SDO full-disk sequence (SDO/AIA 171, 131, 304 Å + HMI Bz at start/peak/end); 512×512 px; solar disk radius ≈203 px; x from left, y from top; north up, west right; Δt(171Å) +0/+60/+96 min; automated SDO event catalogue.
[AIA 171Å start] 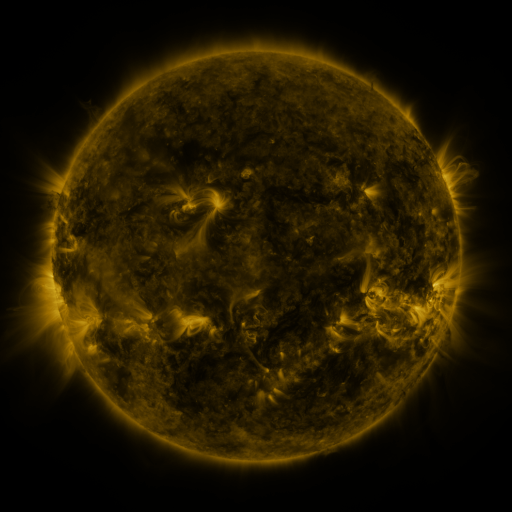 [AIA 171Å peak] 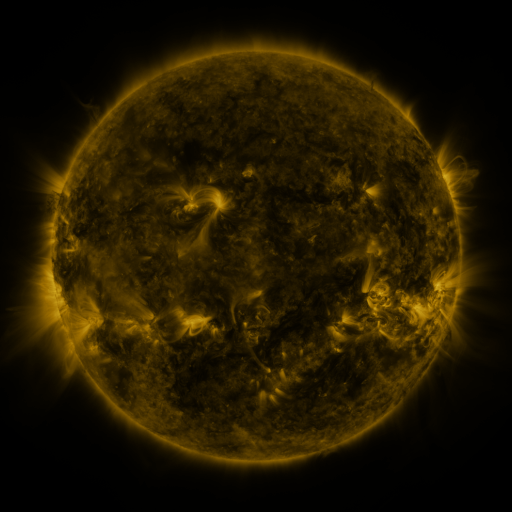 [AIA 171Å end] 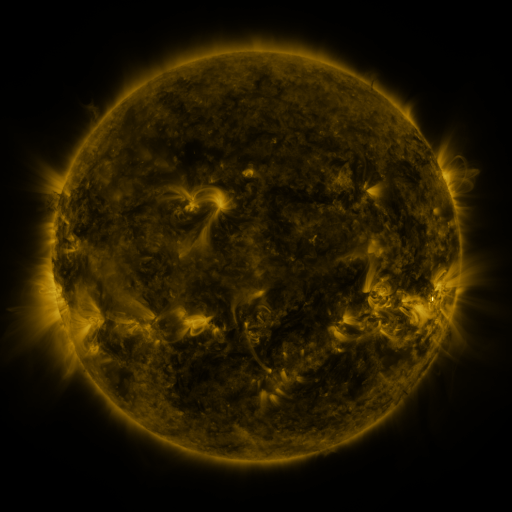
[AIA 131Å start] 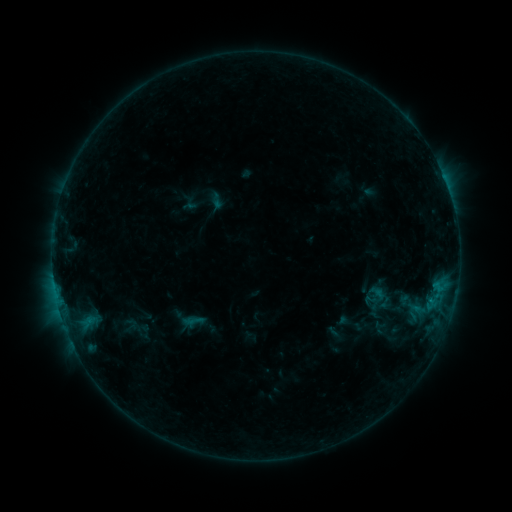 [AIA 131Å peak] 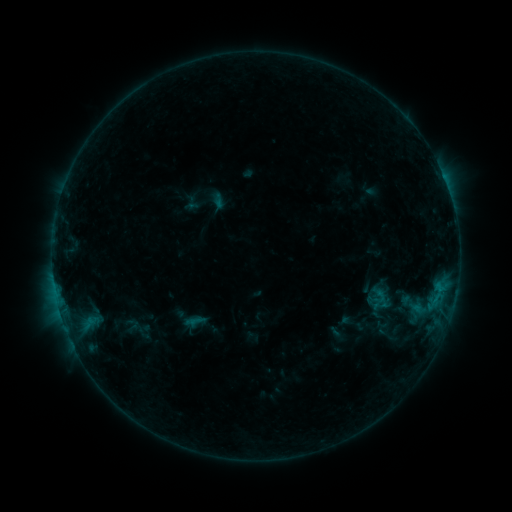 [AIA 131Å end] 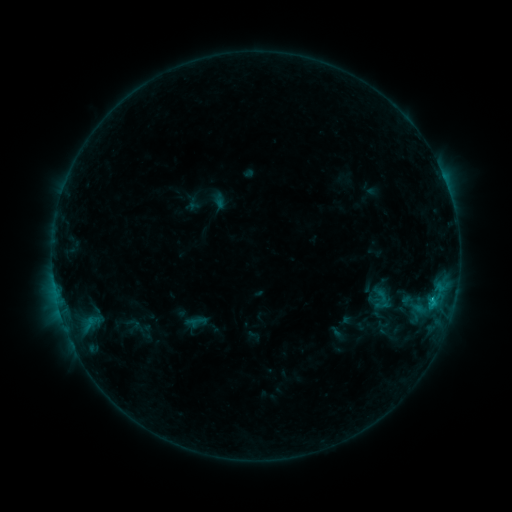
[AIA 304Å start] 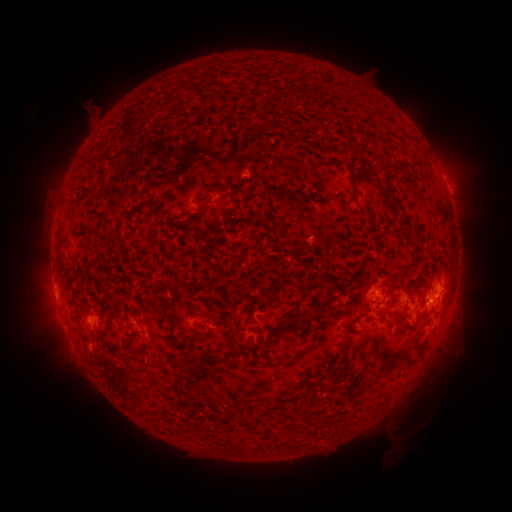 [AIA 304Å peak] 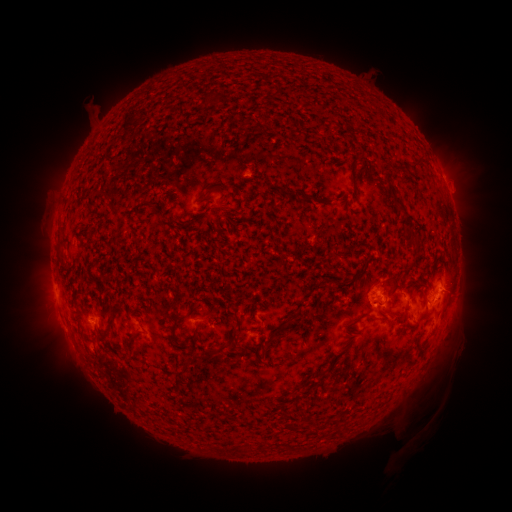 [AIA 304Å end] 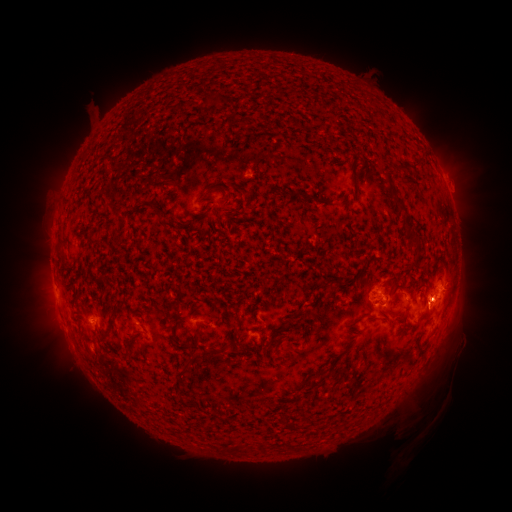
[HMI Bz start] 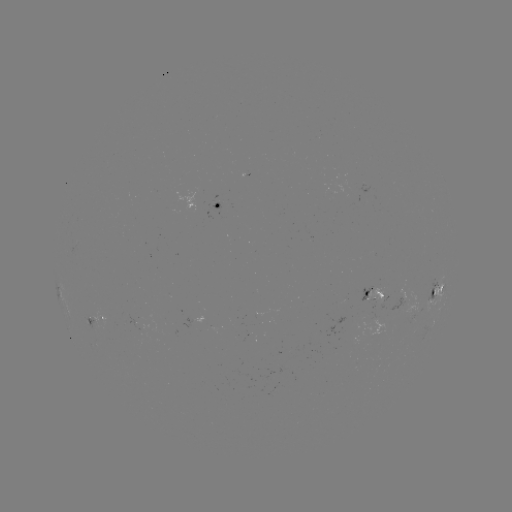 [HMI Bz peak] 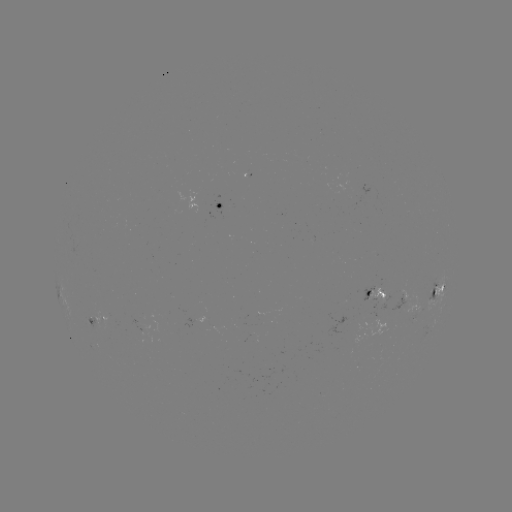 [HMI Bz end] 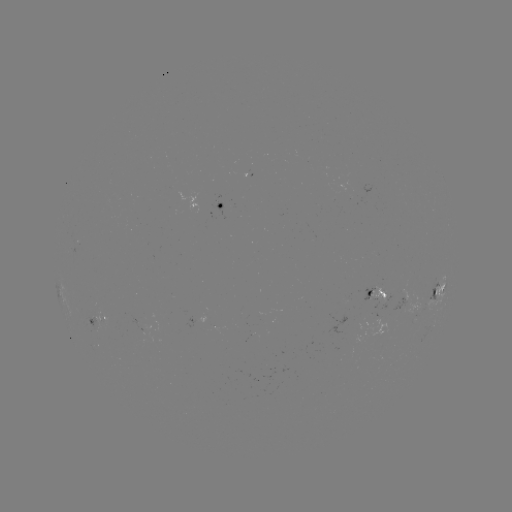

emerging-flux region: <bbox>356, 305, 385, 333</bbox>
